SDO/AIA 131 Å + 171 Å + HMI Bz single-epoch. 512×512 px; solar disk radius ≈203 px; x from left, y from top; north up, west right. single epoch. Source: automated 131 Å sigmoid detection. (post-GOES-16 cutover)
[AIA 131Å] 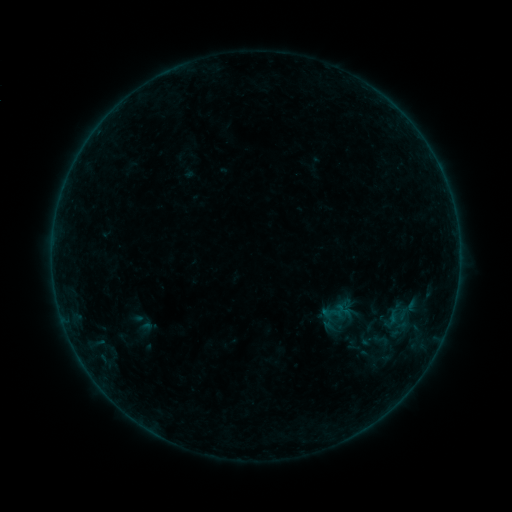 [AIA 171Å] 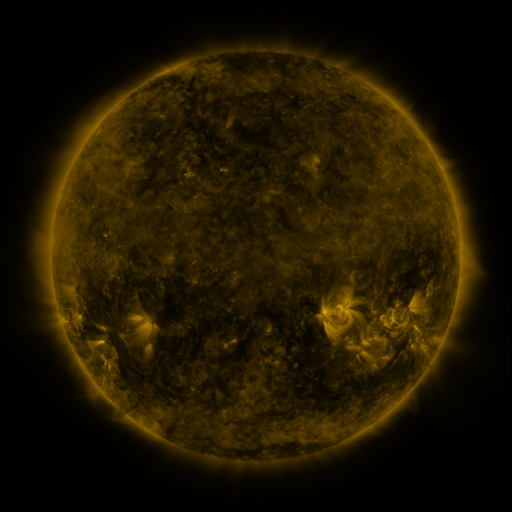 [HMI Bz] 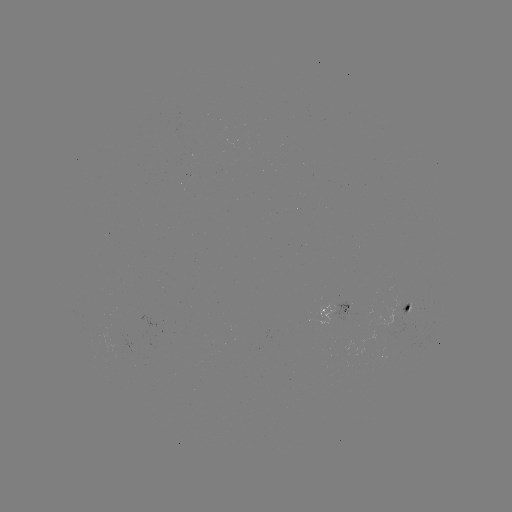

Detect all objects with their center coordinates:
sigmoid: [372, 331, 389, 348]
